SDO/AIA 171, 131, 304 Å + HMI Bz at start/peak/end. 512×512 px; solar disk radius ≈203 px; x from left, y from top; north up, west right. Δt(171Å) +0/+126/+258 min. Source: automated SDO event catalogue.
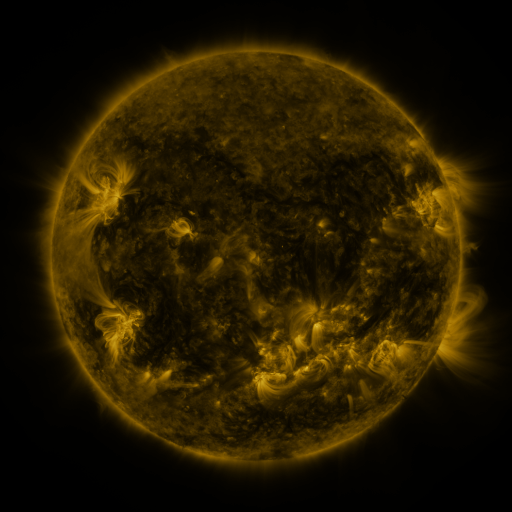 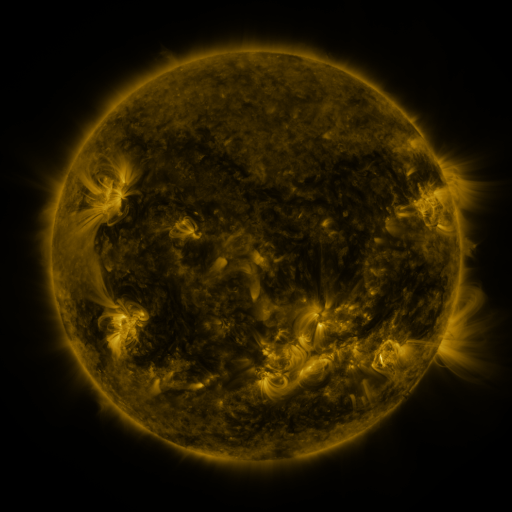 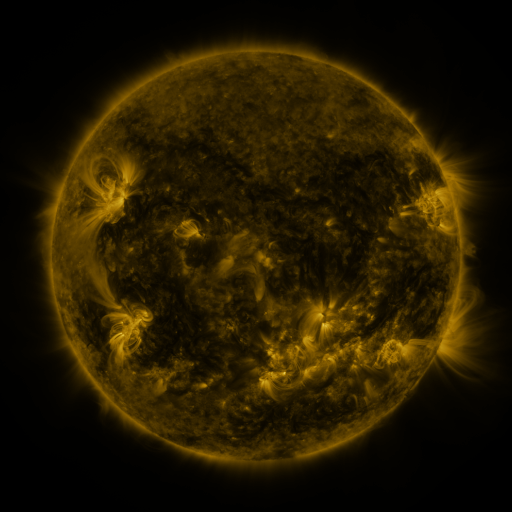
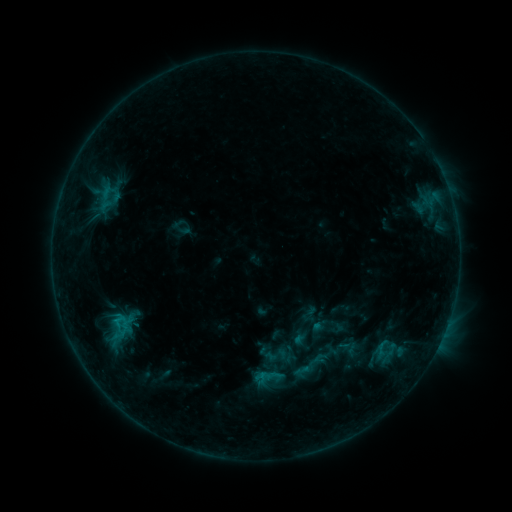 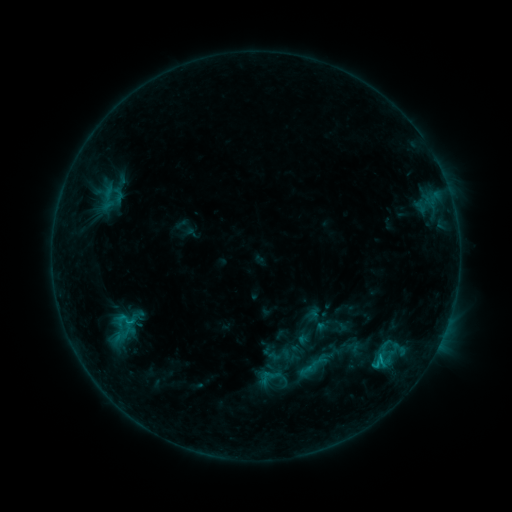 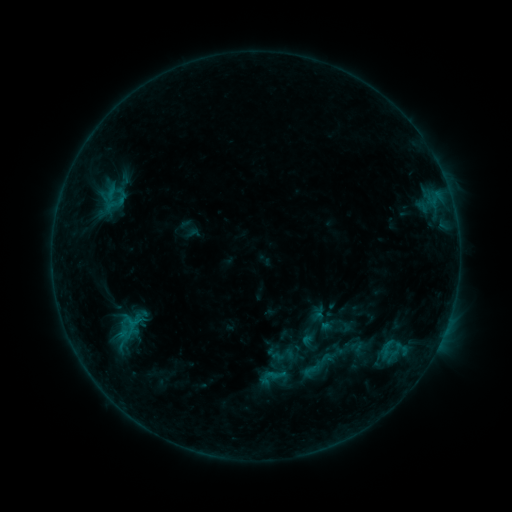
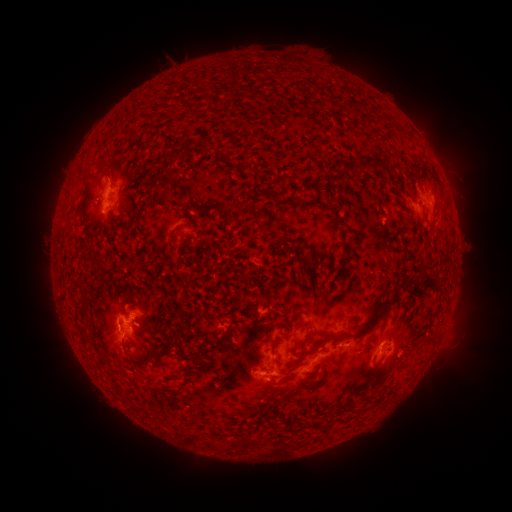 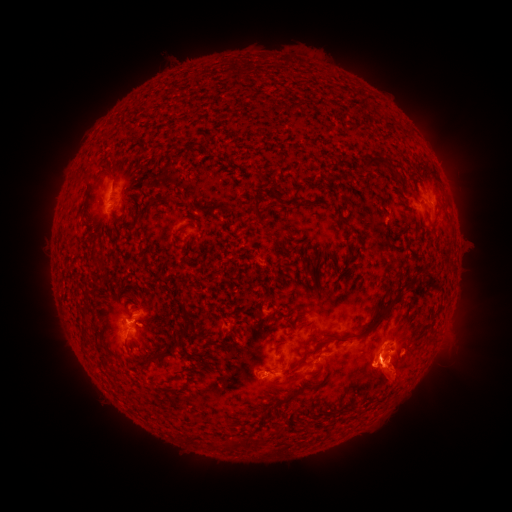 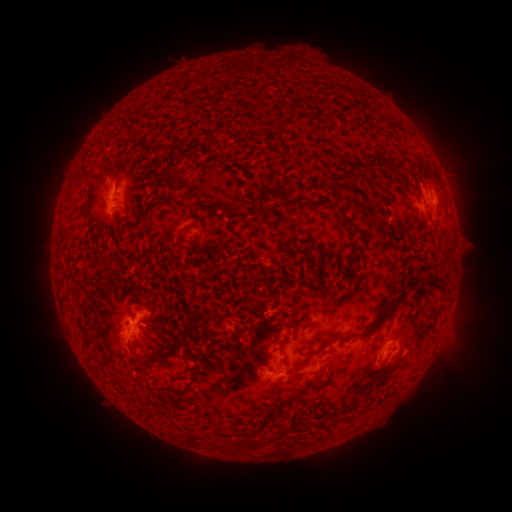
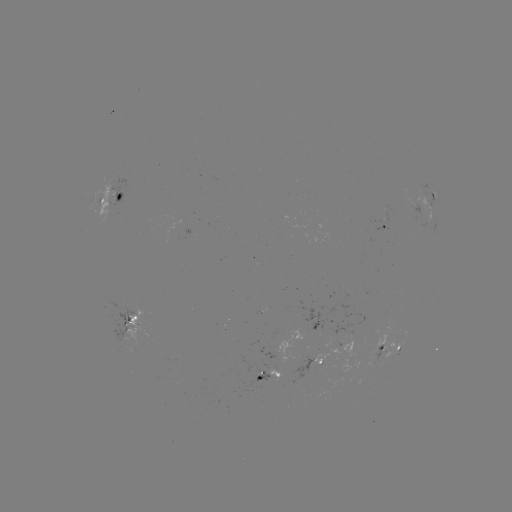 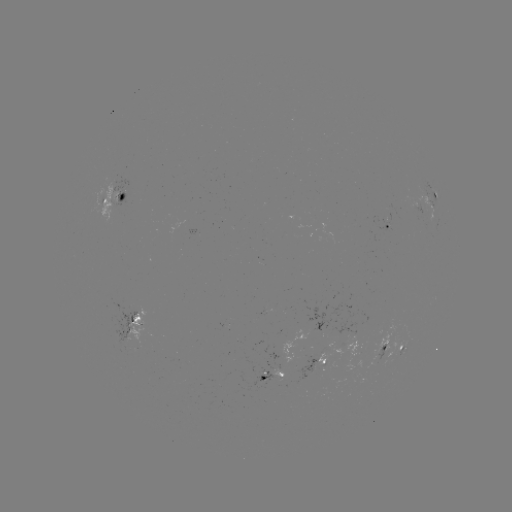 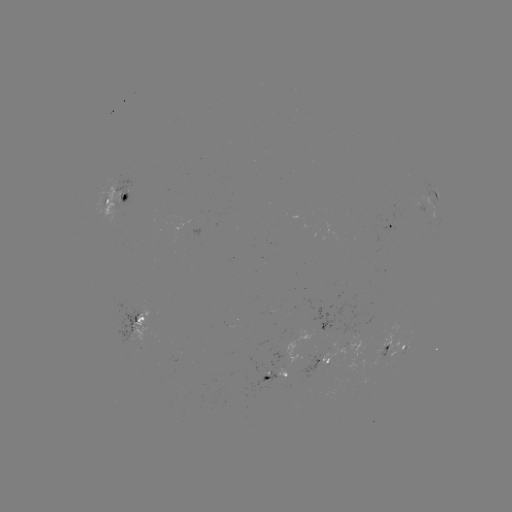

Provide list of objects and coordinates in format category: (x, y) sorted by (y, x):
filament eruption: (405, 385)
